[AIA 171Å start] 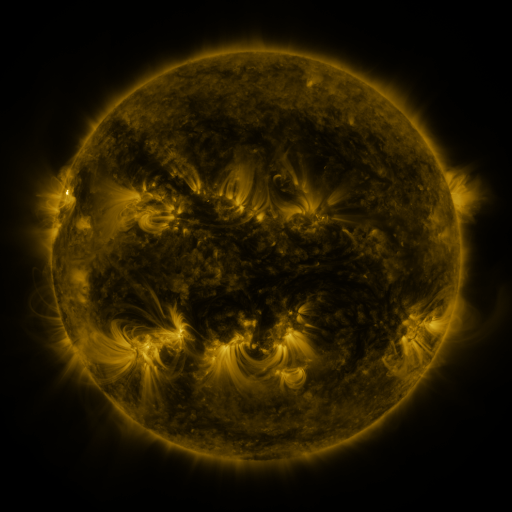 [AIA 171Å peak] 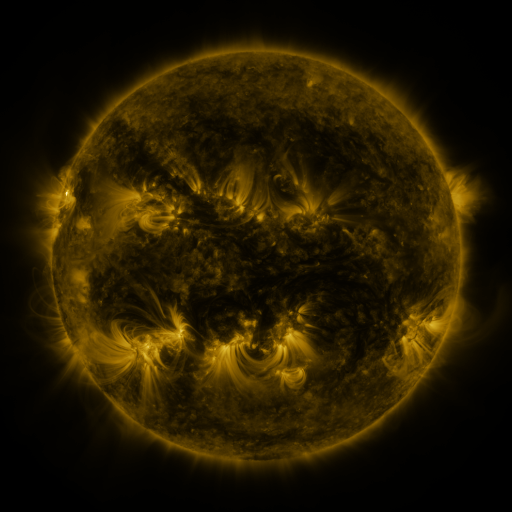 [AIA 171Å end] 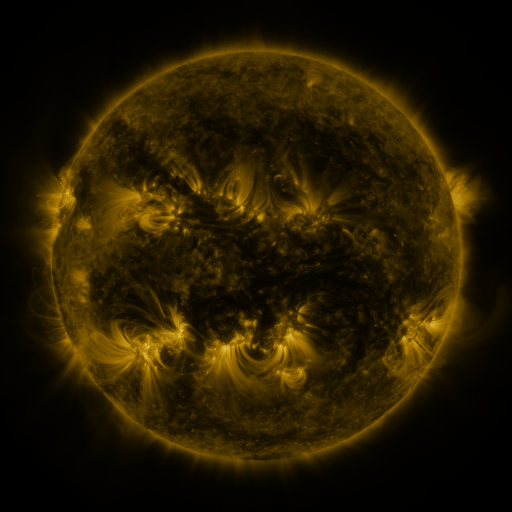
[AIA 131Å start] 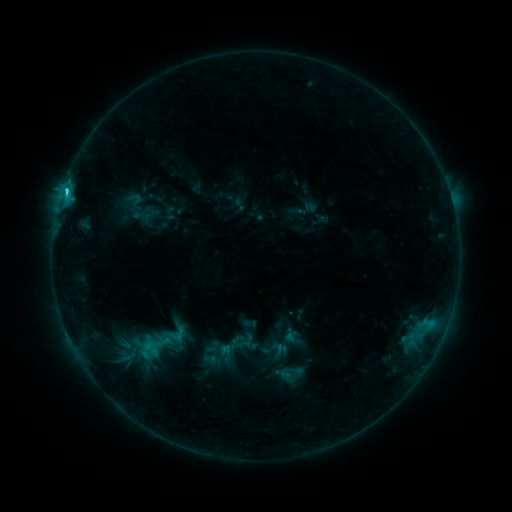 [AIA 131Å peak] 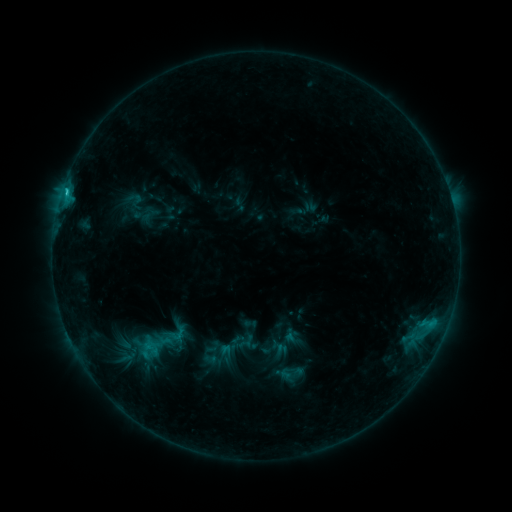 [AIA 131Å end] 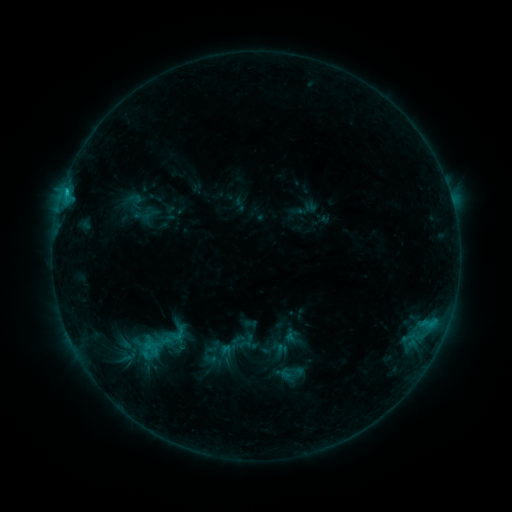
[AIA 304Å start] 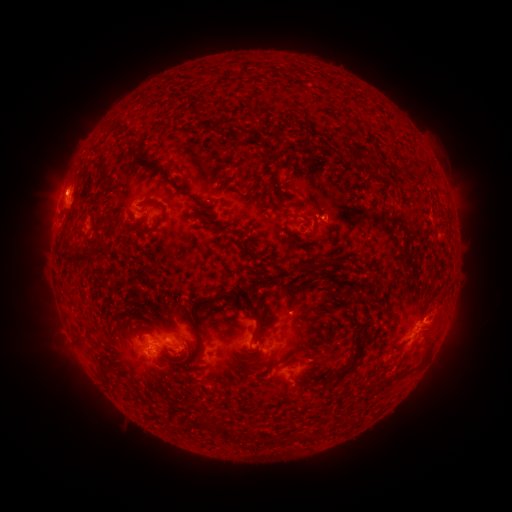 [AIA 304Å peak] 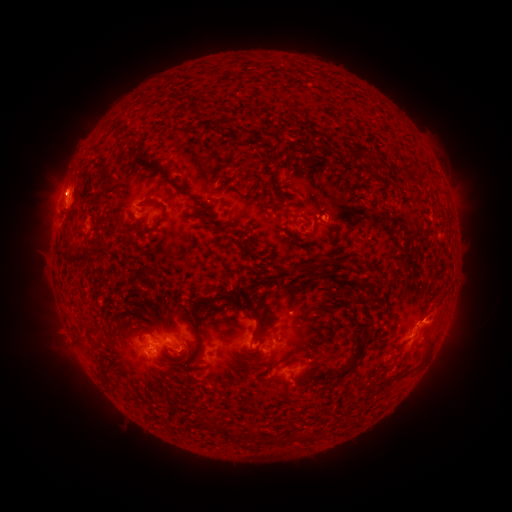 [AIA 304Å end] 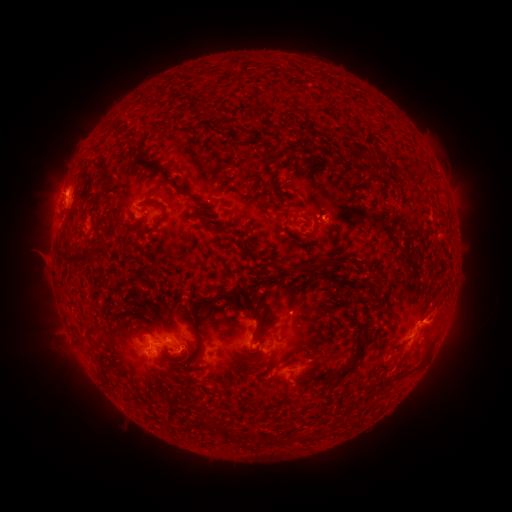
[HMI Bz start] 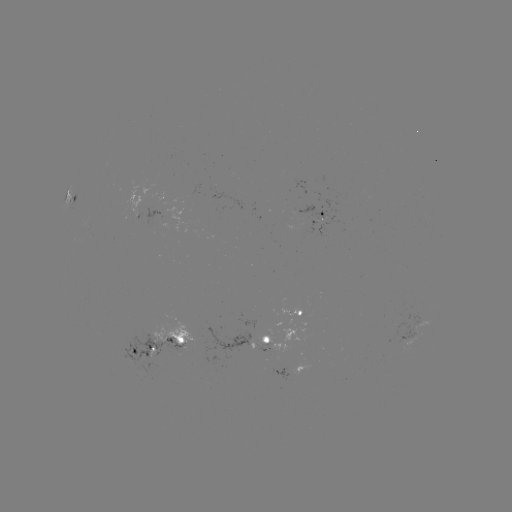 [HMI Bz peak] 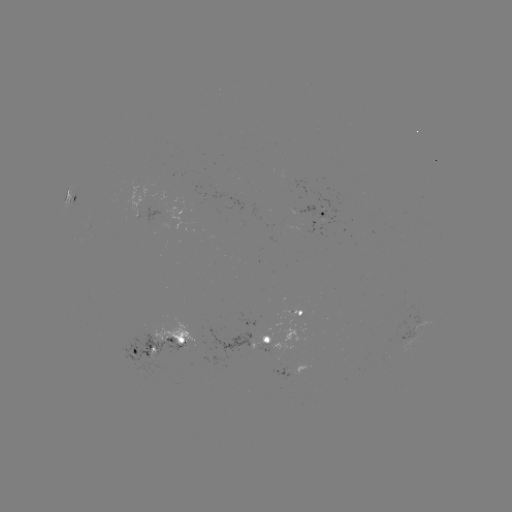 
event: eruption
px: (338, 213)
